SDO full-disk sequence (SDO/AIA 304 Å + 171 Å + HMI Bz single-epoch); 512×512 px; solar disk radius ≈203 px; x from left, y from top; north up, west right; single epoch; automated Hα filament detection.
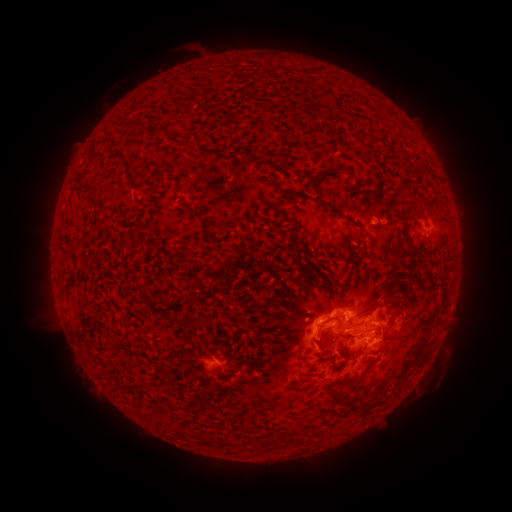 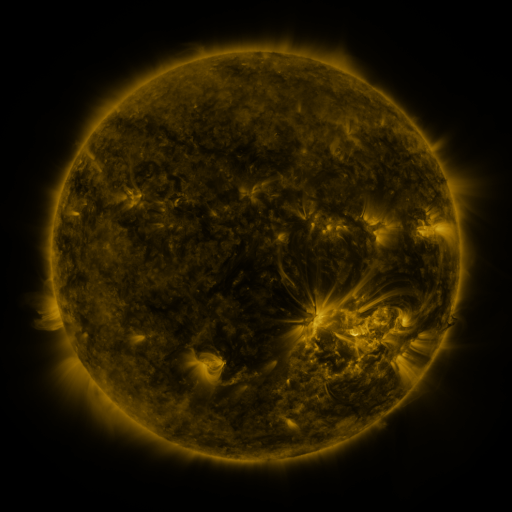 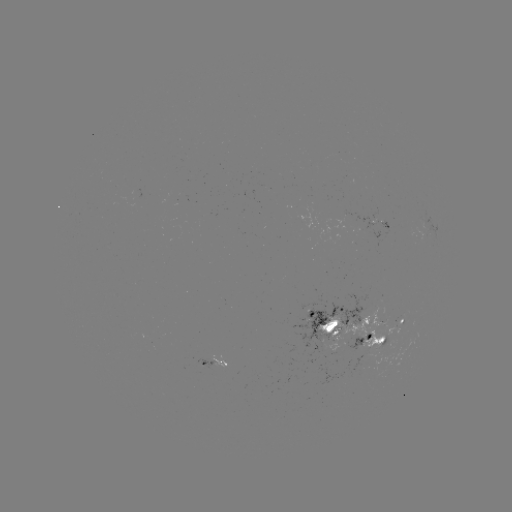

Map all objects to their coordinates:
filament: (126, 161)
filament: (333, 172)
filament: (94, 200)
filament: (319, 202)
filament: (277, 210)
filament: (416, 216)
filament: (214, 226)
filament: (409, 246)
filament: (343, 257)
filament: (203, 277)
filament: (331, 319)
filament: (318, 345)
filament: (357, 380)
filament: (348, 402)
filament: (362, 410)
